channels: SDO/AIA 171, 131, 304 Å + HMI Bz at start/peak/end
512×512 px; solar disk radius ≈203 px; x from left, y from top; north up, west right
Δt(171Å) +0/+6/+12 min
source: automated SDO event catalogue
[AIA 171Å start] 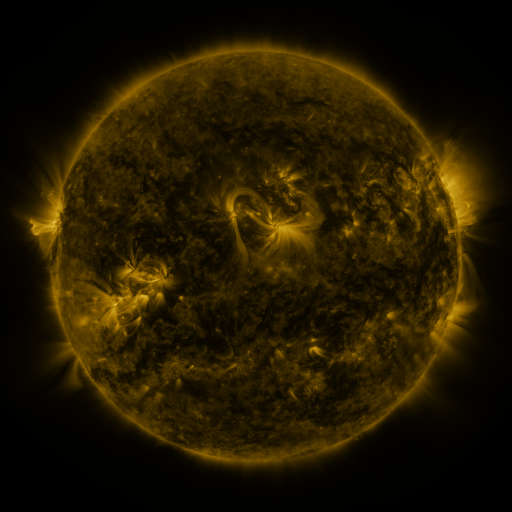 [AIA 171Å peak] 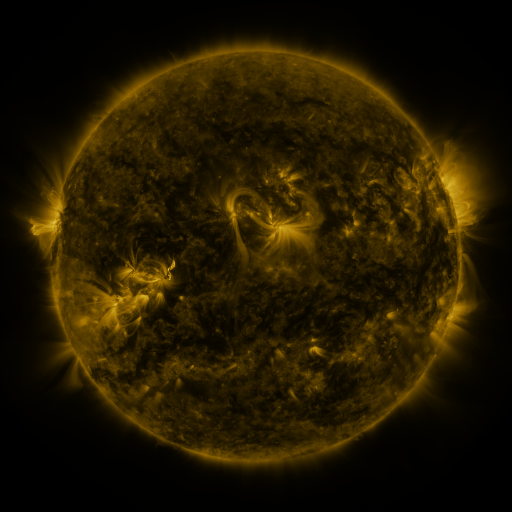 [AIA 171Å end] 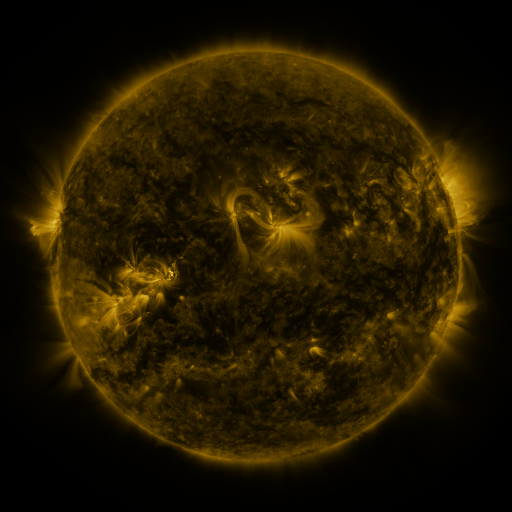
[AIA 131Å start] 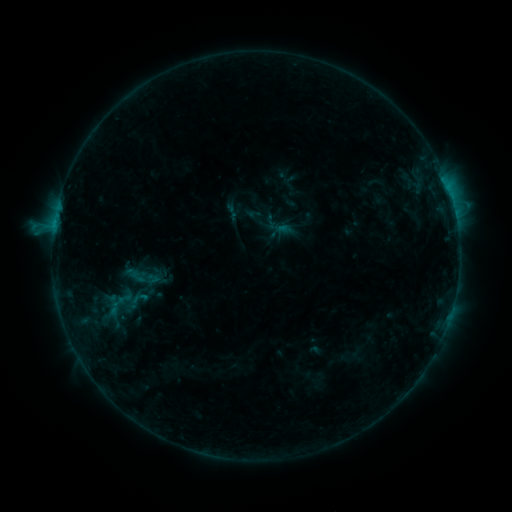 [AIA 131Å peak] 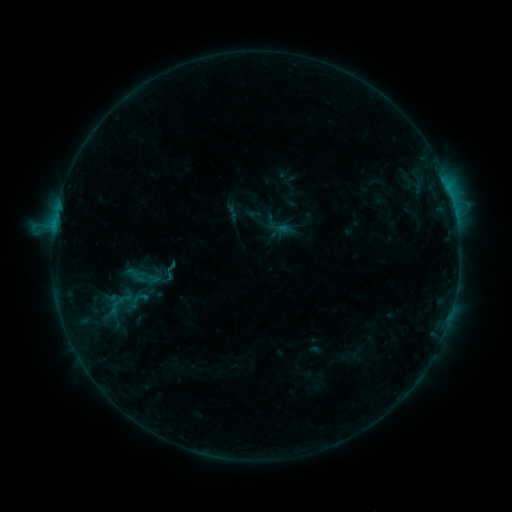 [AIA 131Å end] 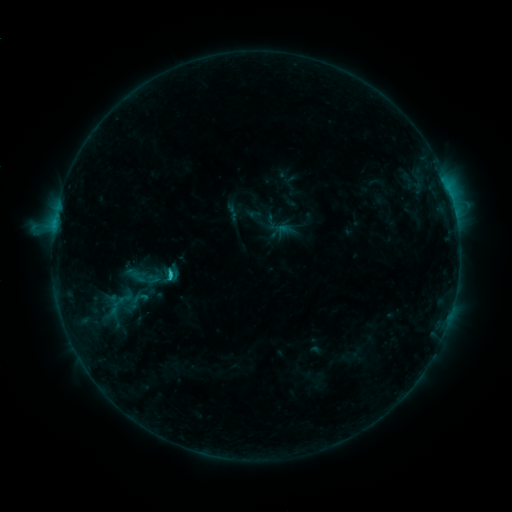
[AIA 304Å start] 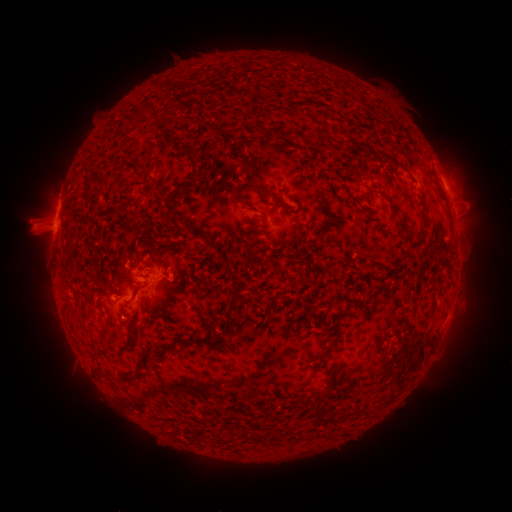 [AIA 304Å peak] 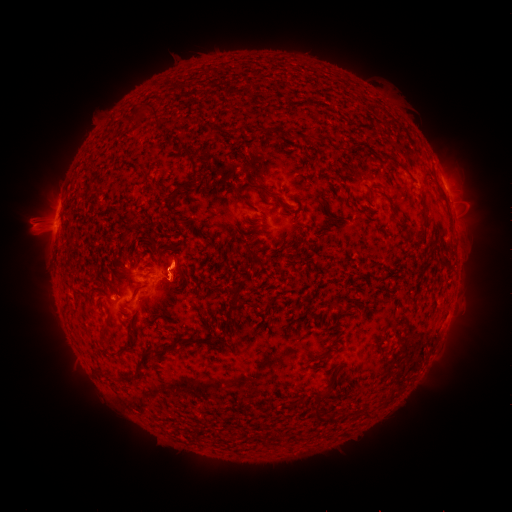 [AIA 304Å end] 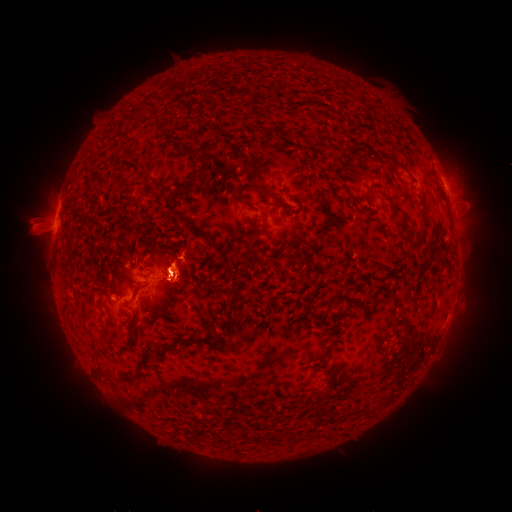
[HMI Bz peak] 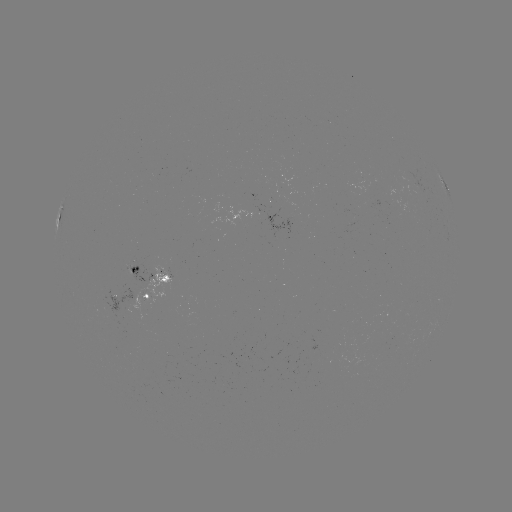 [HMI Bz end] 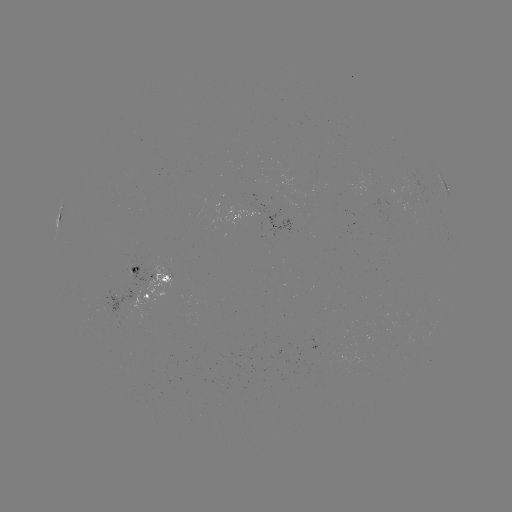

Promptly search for C1.3 flare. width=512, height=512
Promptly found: [54, 227].